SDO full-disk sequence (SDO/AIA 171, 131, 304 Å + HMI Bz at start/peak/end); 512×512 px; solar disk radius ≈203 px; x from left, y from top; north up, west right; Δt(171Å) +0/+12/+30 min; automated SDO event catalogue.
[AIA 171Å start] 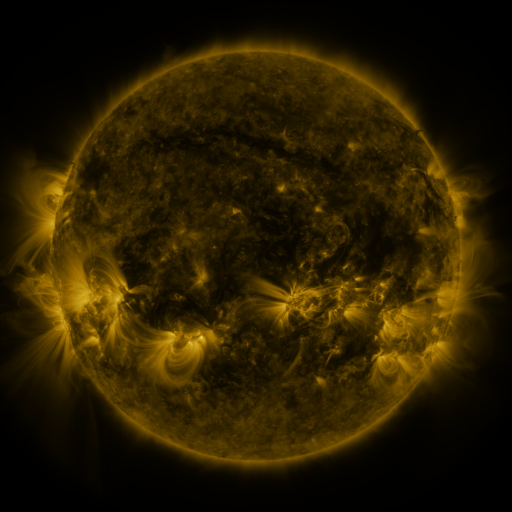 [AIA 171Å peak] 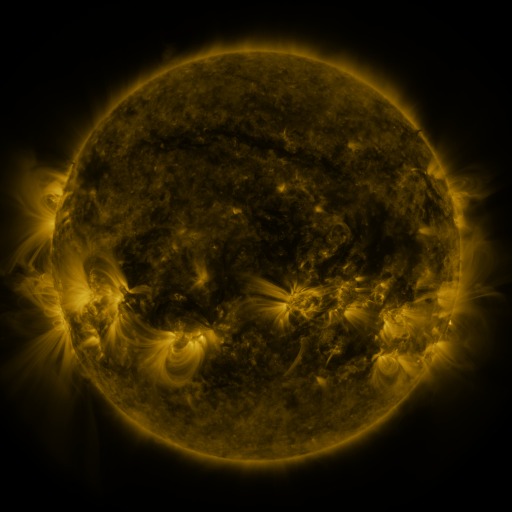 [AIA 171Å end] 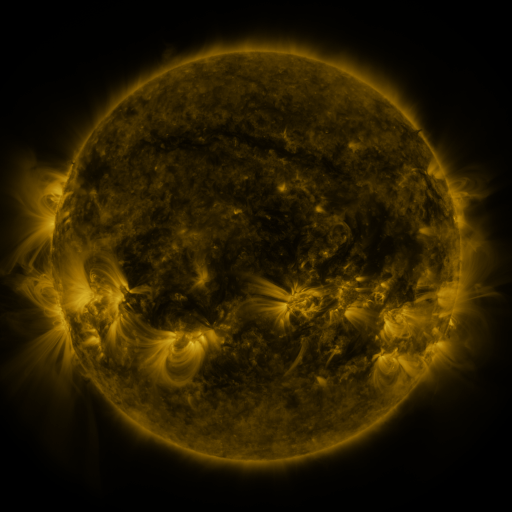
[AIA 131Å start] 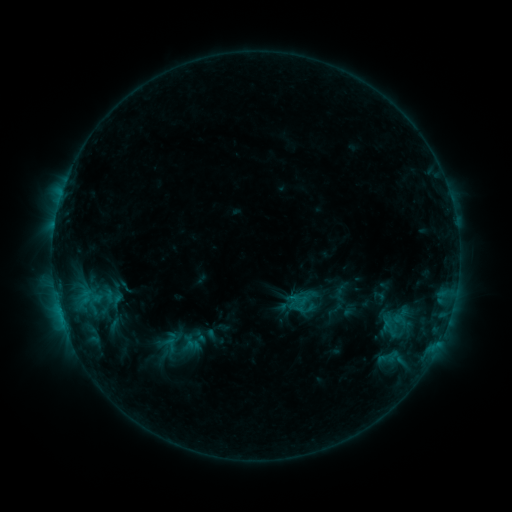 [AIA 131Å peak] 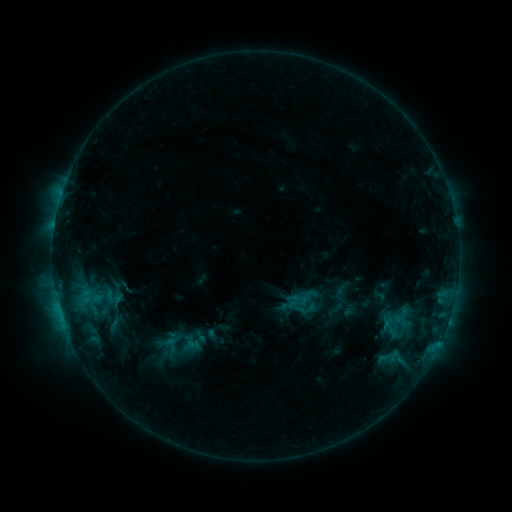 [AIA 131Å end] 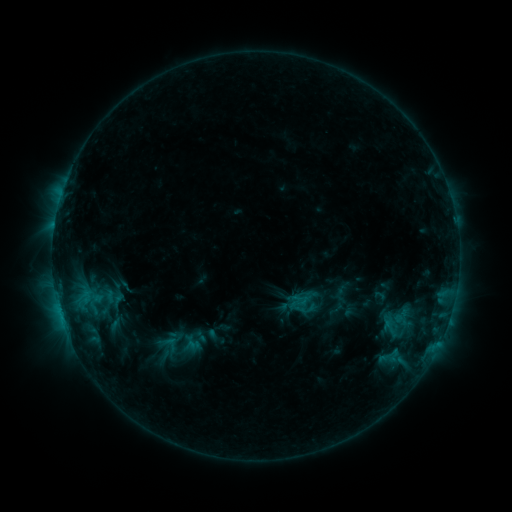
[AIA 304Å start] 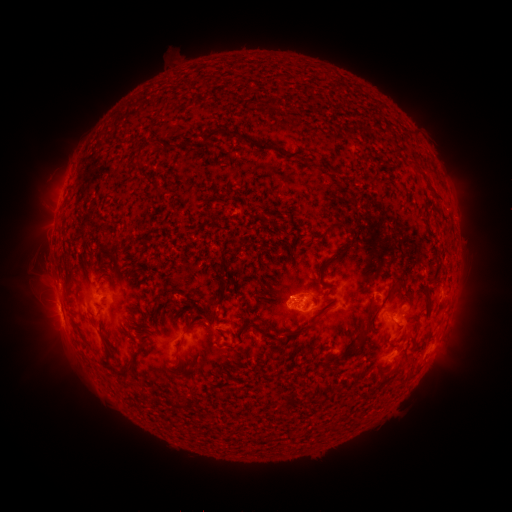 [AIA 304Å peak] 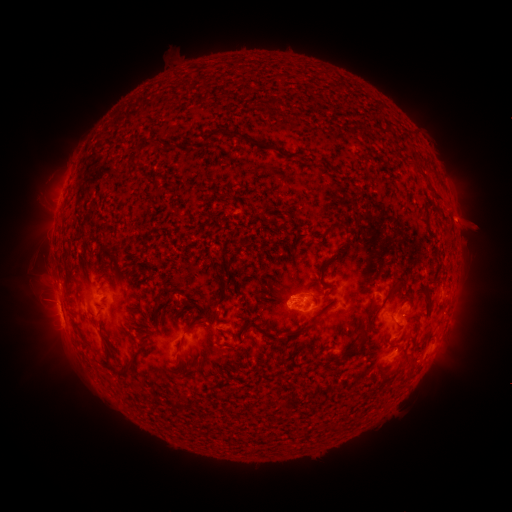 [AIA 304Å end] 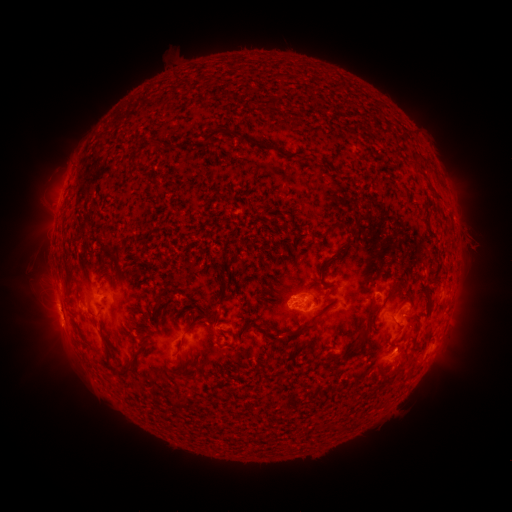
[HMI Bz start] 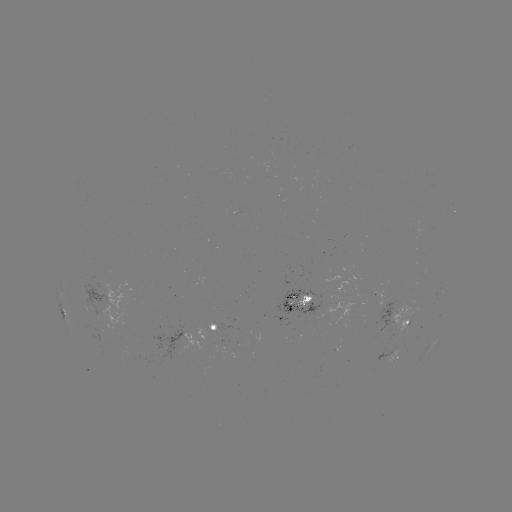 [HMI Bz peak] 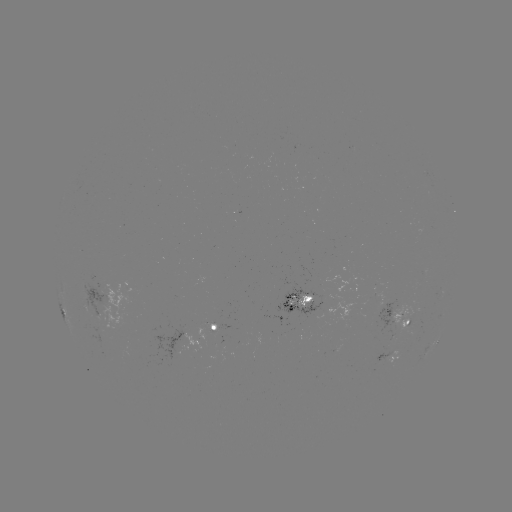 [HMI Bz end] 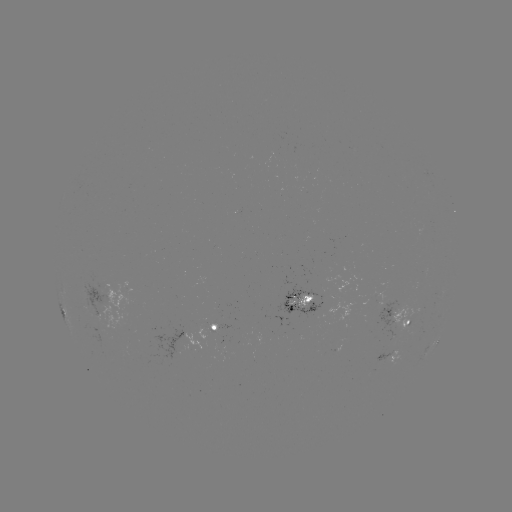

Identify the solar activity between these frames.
eruption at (469, 226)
